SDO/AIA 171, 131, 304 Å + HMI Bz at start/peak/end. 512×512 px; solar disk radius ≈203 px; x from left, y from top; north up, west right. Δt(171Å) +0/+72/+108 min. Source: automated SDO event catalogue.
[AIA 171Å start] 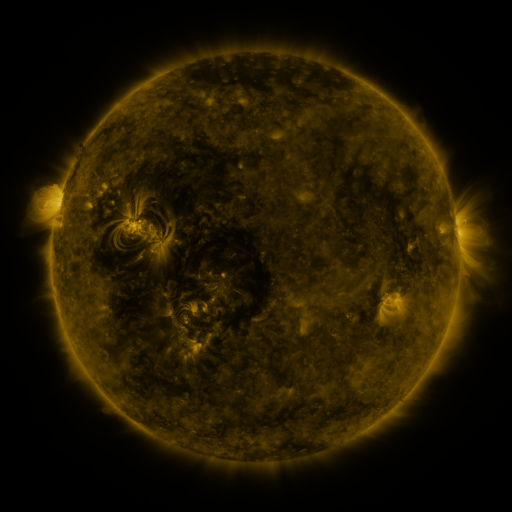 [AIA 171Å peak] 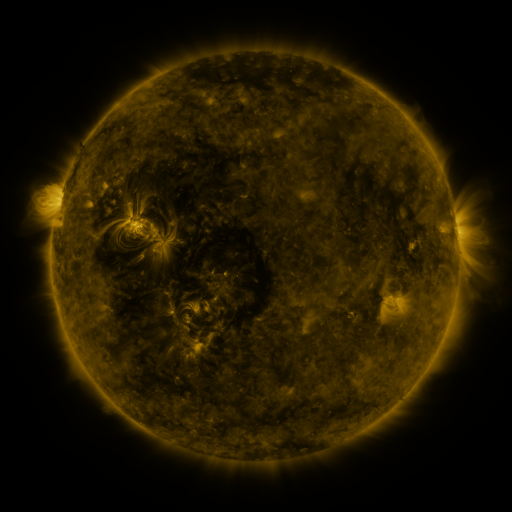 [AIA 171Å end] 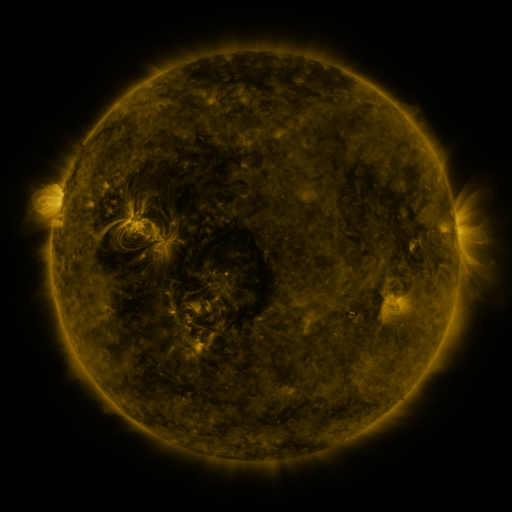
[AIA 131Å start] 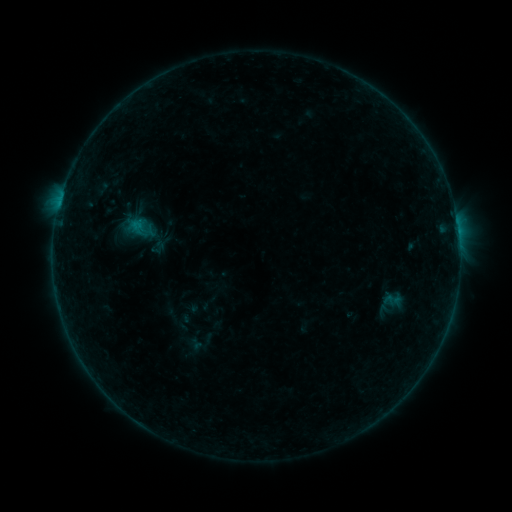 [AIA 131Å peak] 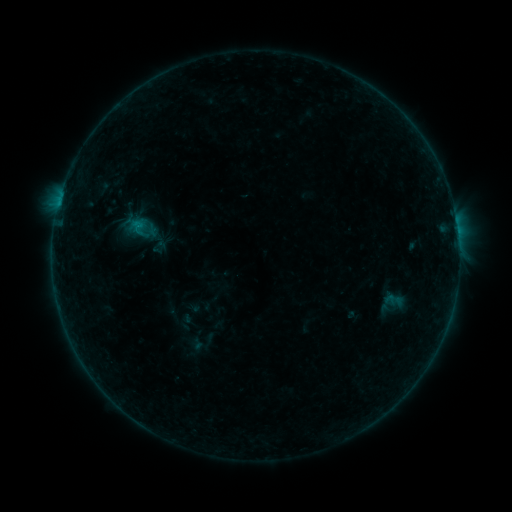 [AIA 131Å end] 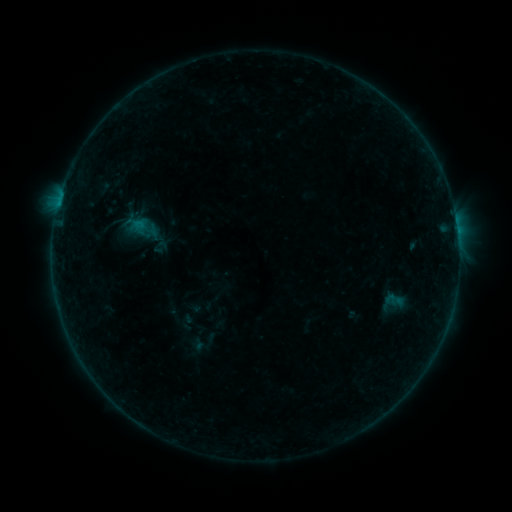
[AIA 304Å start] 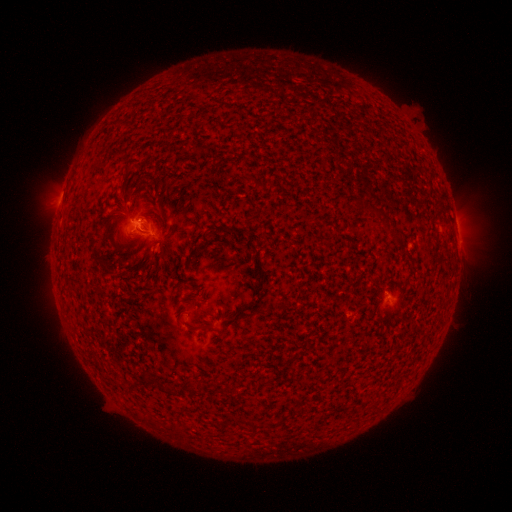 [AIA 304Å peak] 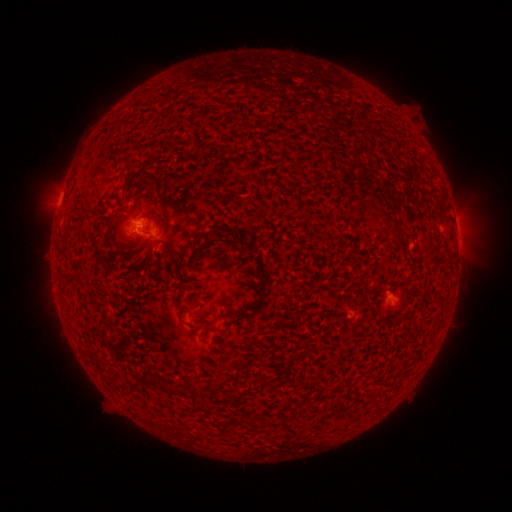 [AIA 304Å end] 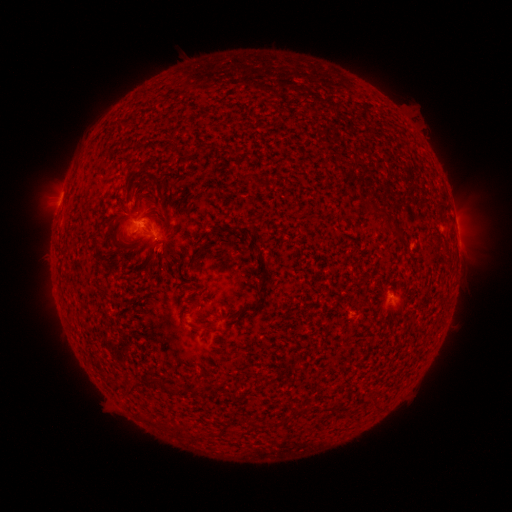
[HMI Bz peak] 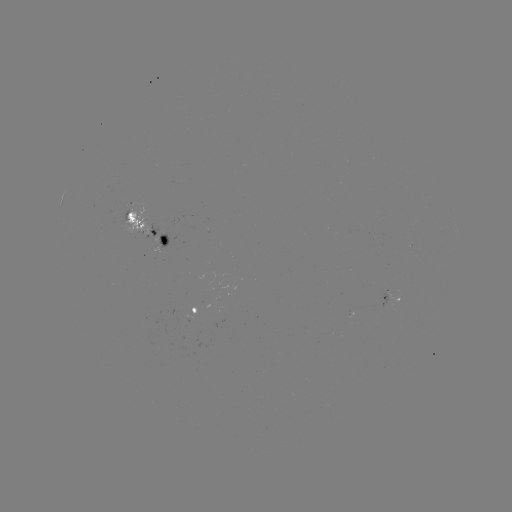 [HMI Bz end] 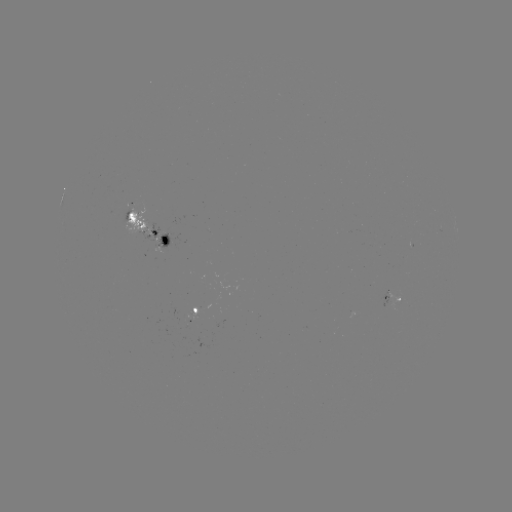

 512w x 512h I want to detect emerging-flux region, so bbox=[141, 247, 161, 257].